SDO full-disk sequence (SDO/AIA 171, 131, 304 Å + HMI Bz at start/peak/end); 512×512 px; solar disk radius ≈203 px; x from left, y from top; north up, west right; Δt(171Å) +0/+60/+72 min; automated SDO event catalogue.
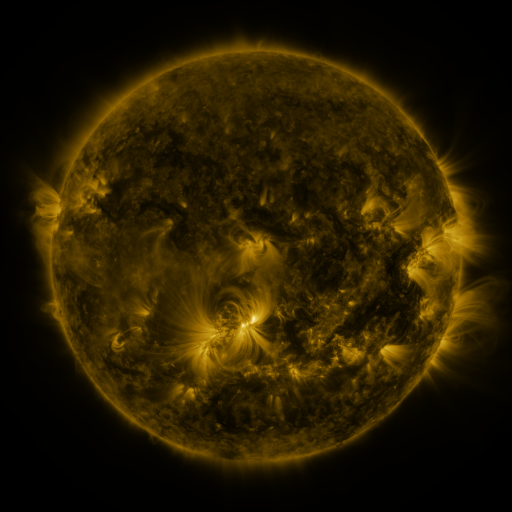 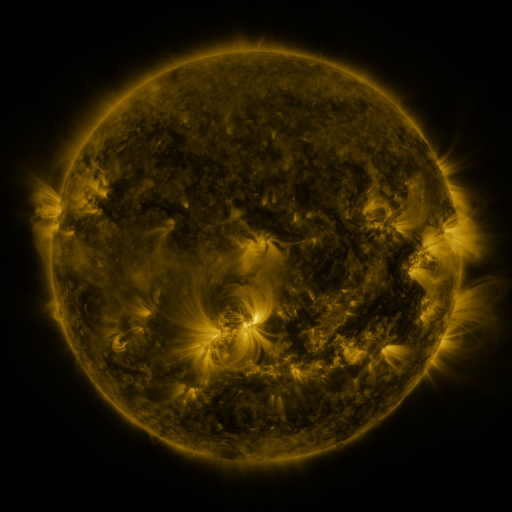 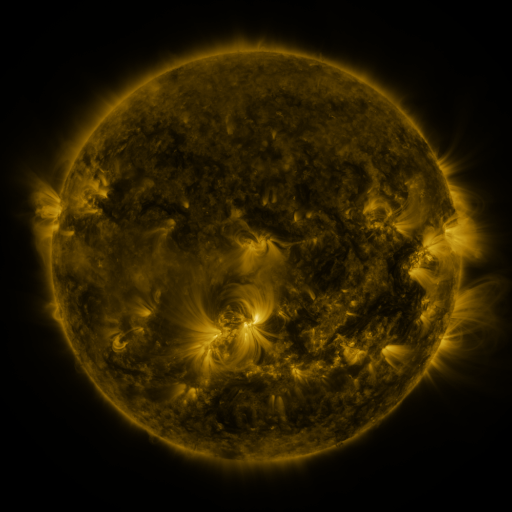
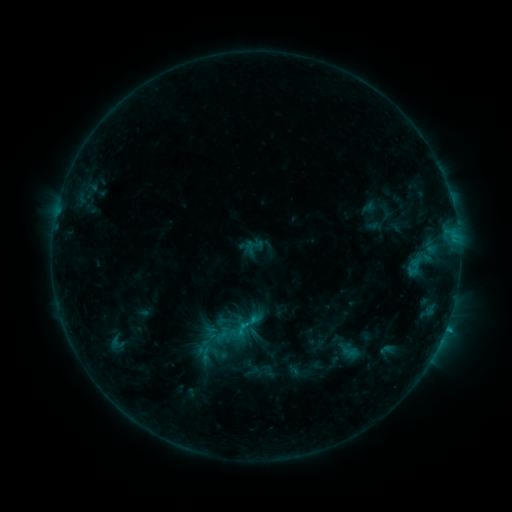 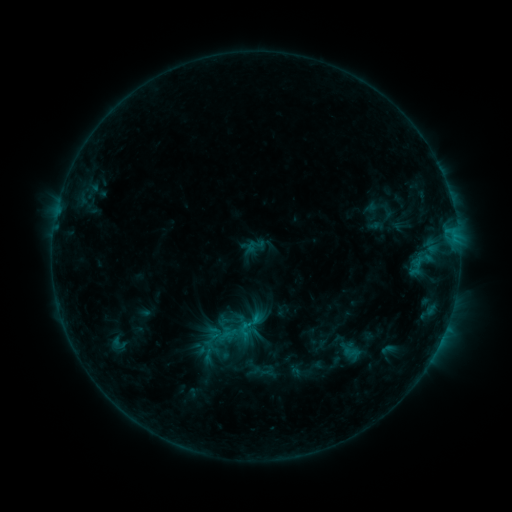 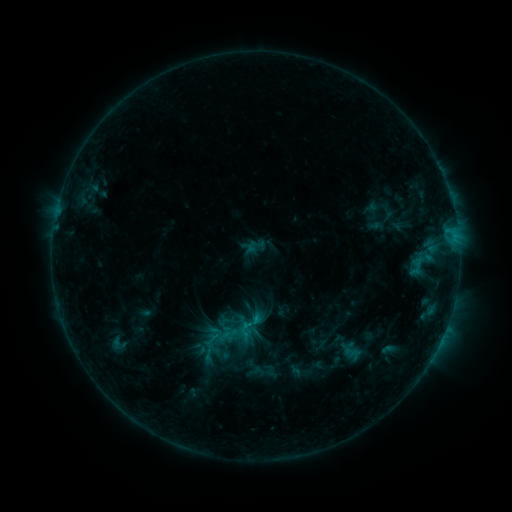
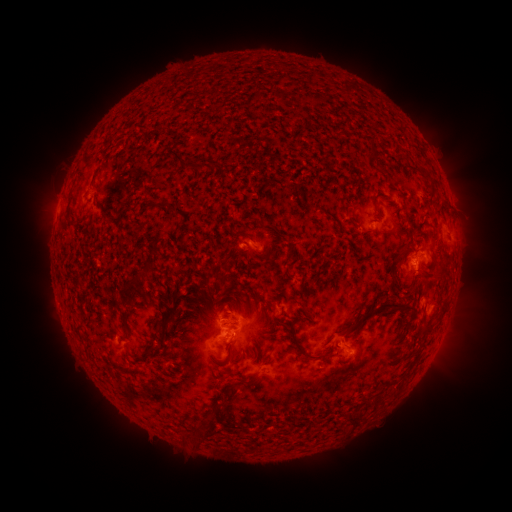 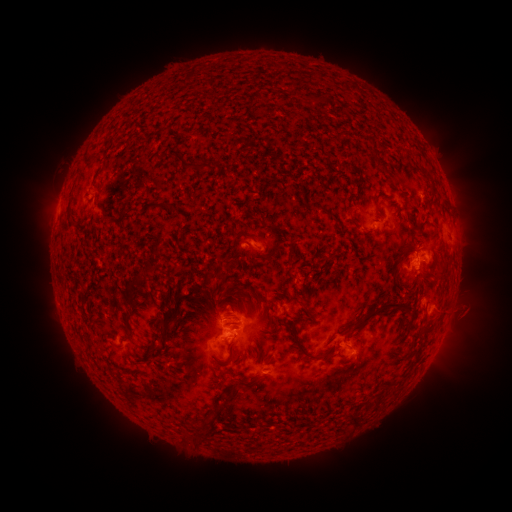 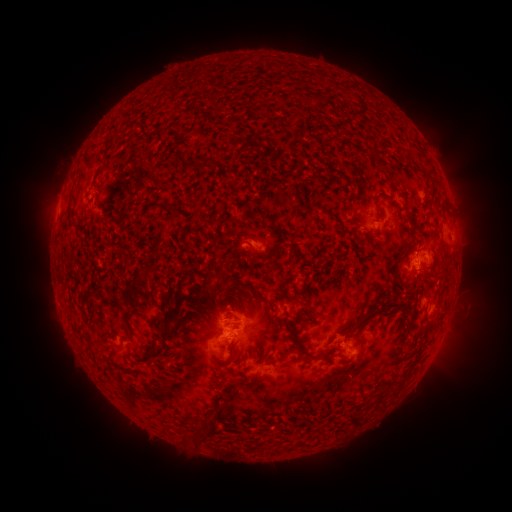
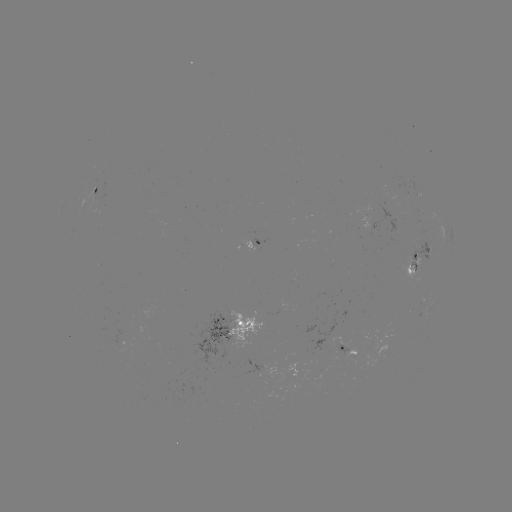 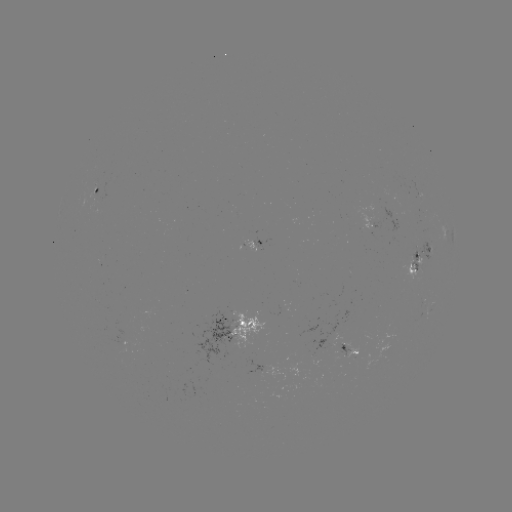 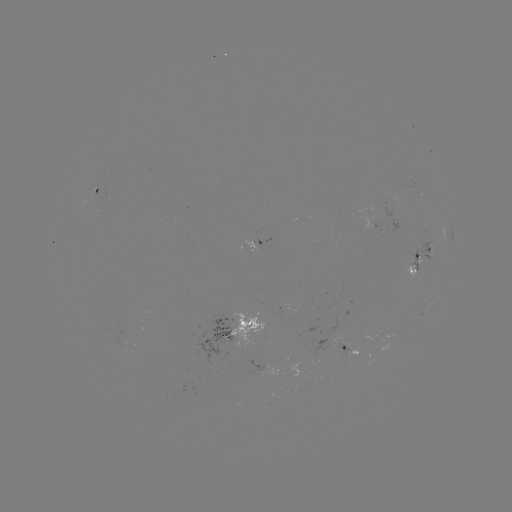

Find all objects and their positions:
emerging-flux region: (416, 257)
